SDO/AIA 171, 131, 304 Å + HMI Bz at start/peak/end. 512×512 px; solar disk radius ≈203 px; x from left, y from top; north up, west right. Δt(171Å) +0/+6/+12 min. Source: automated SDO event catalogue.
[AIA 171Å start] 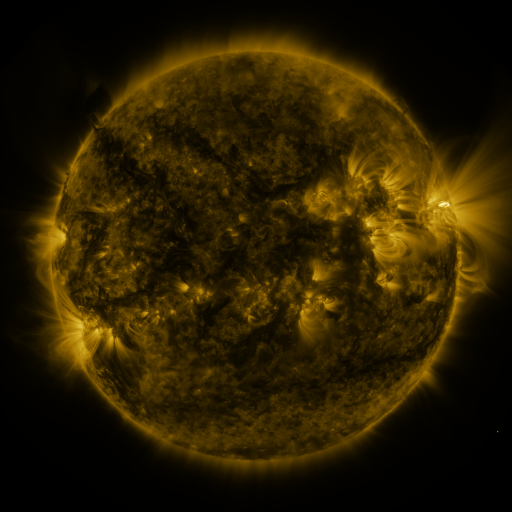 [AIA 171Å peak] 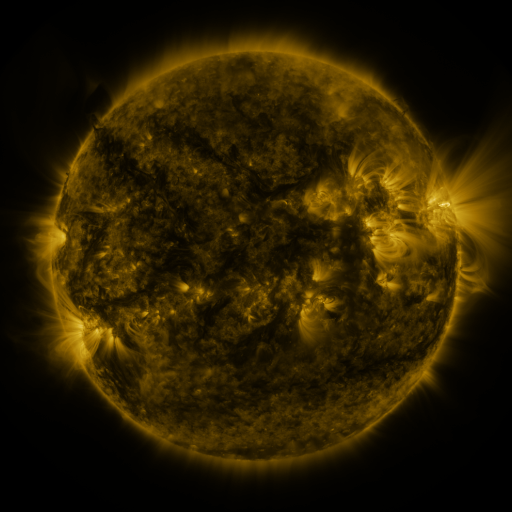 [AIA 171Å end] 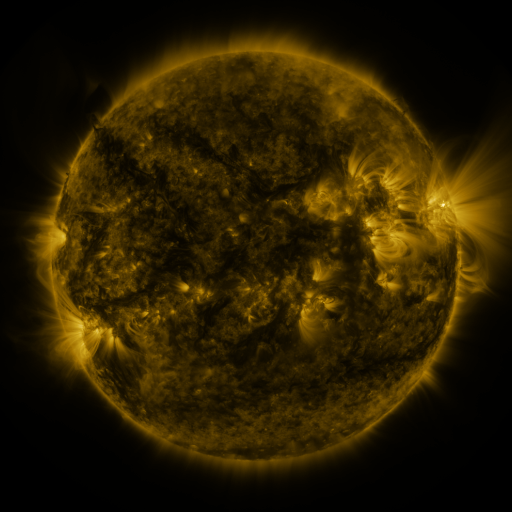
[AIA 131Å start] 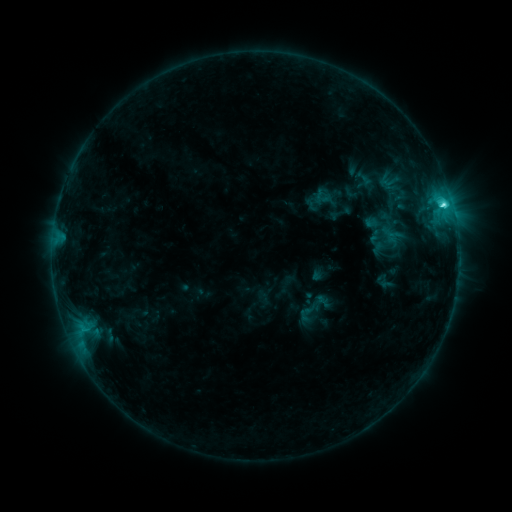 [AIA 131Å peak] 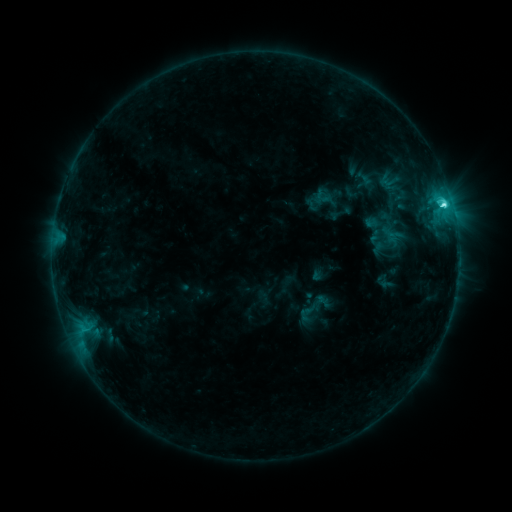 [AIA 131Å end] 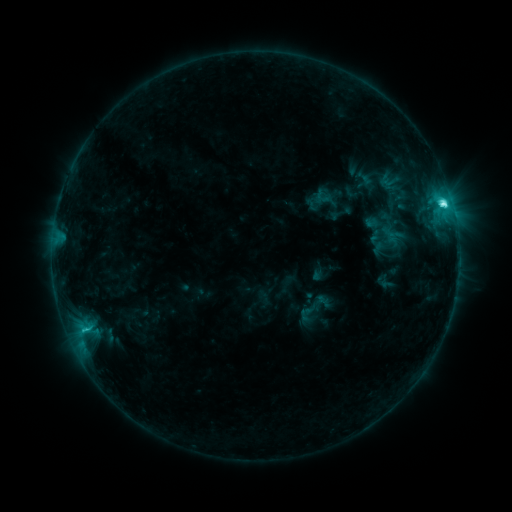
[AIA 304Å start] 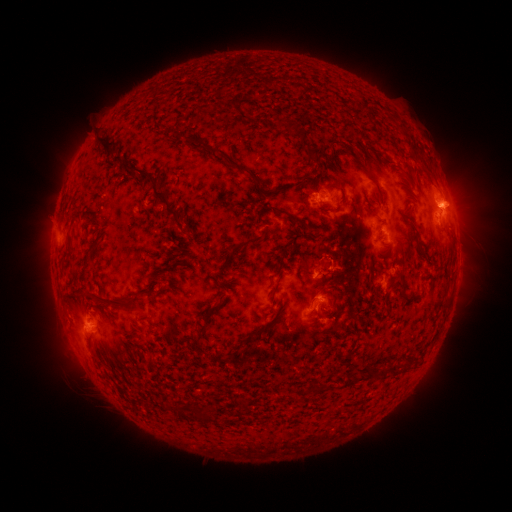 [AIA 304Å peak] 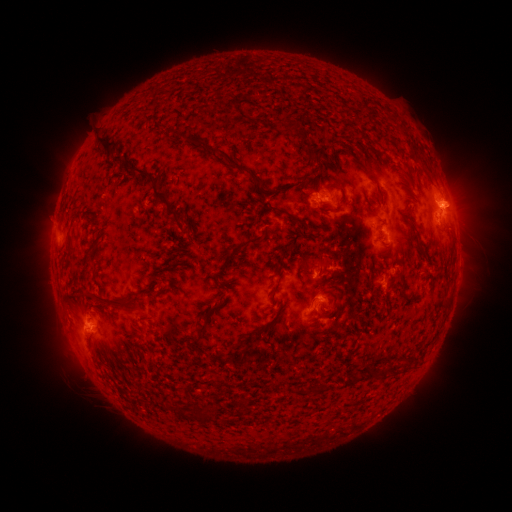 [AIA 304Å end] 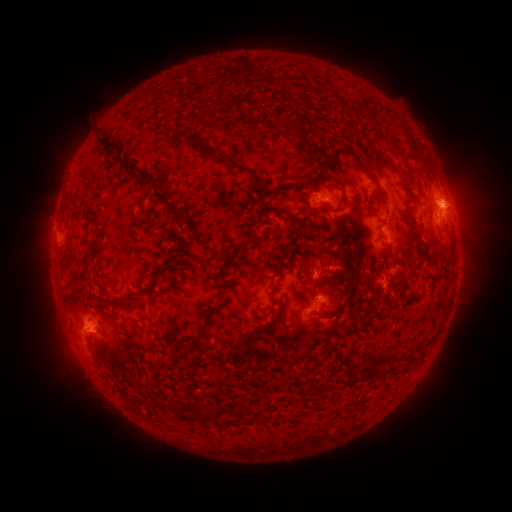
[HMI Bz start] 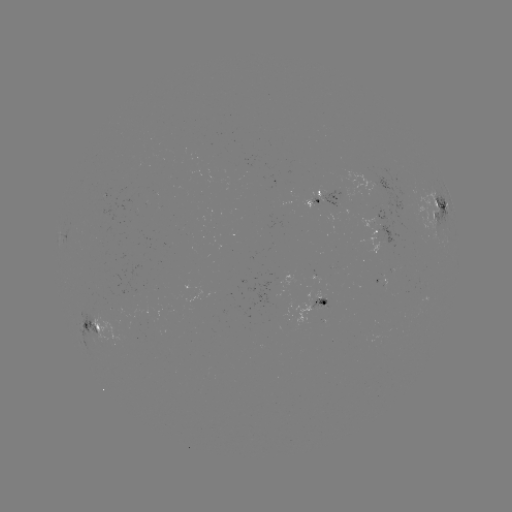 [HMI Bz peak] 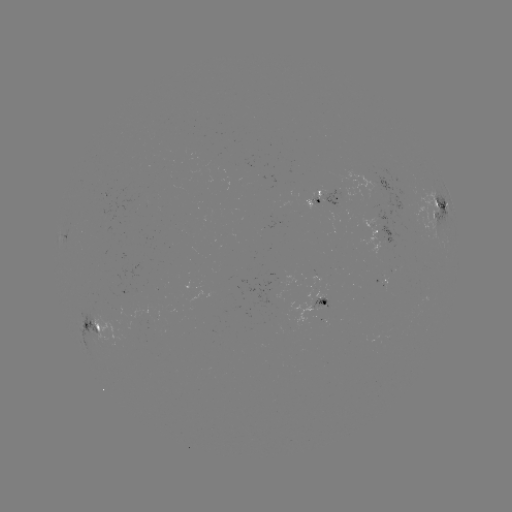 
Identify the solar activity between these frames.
C5.9 flare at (440, 204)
